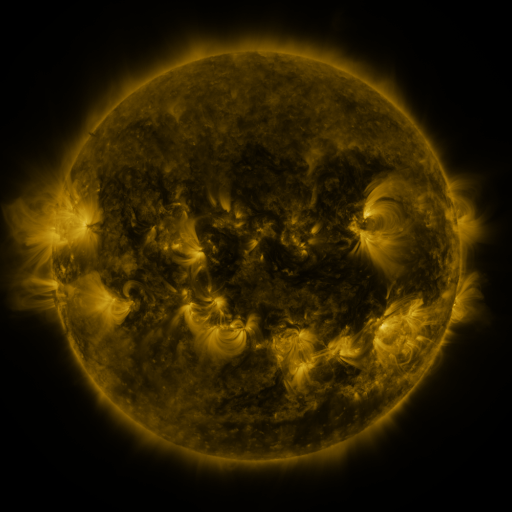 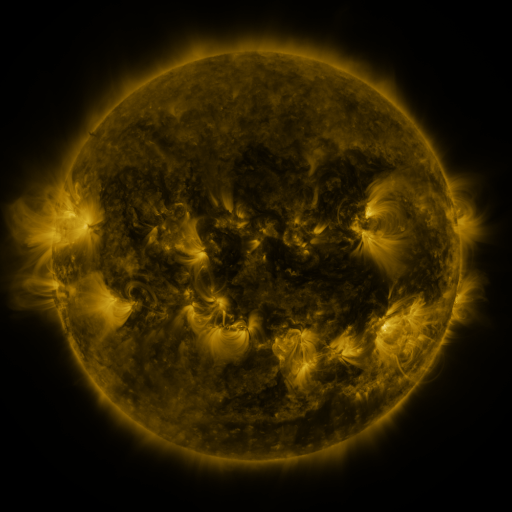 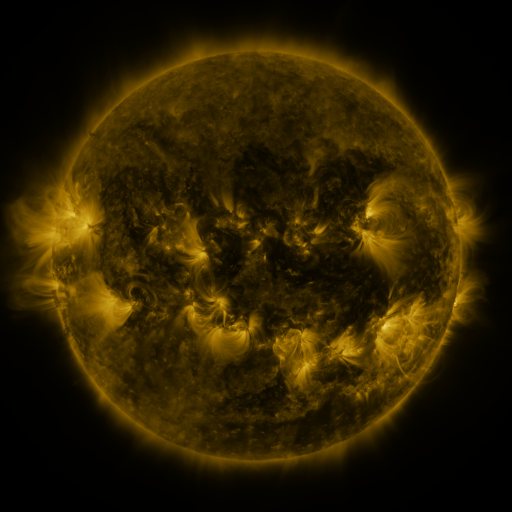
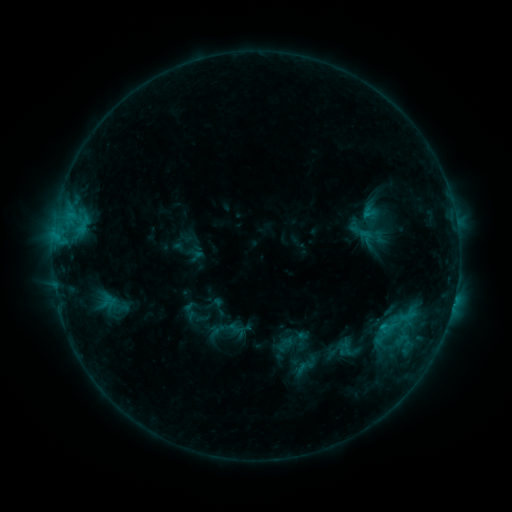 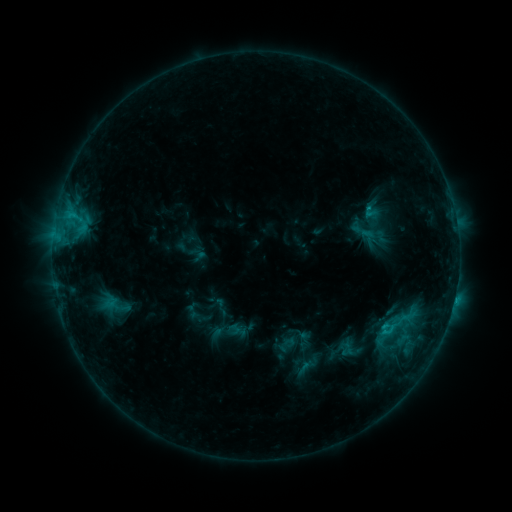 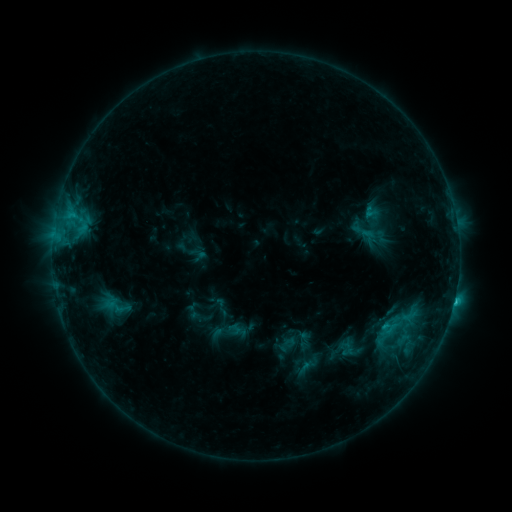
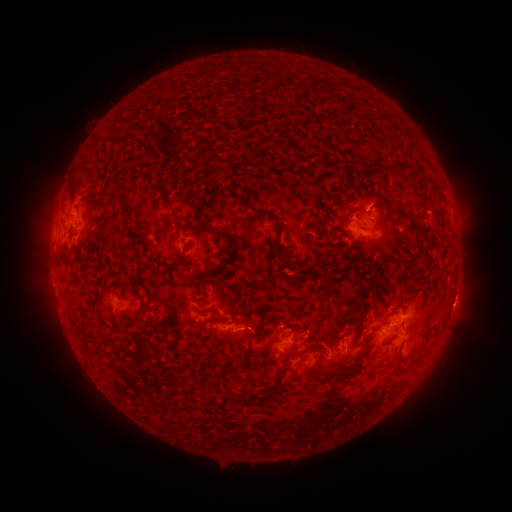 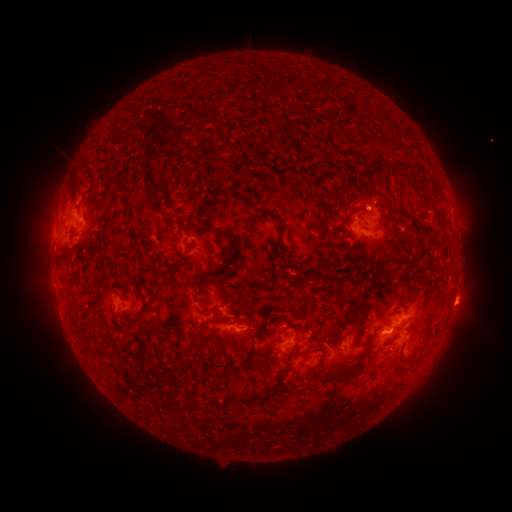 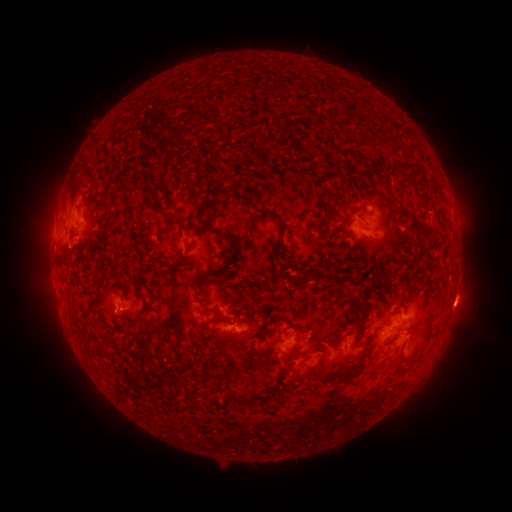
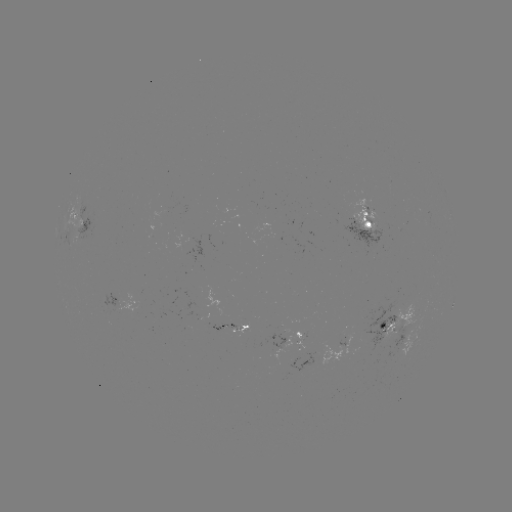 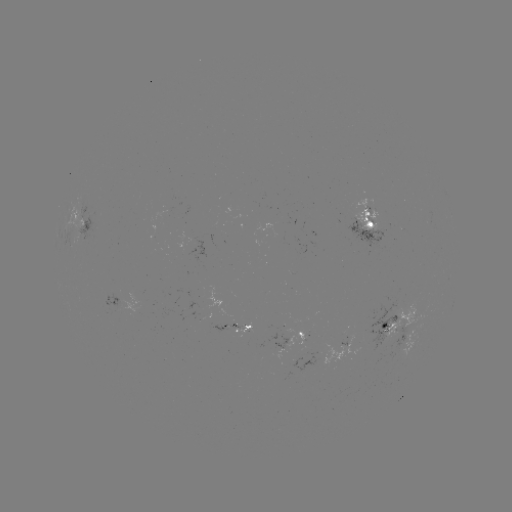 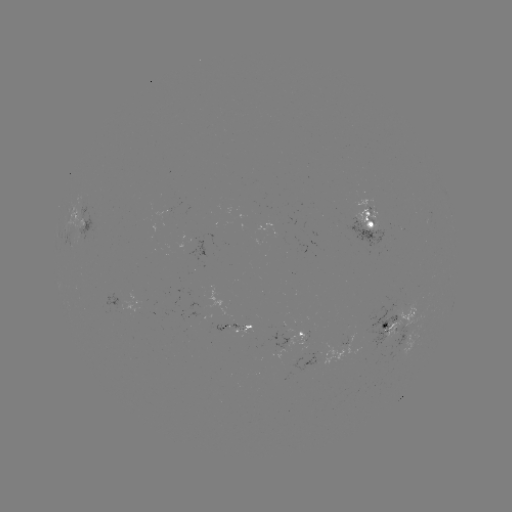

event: emerging-flux region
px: (373, 332)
